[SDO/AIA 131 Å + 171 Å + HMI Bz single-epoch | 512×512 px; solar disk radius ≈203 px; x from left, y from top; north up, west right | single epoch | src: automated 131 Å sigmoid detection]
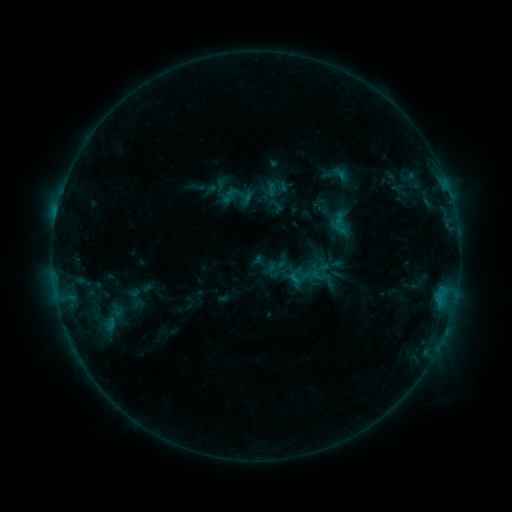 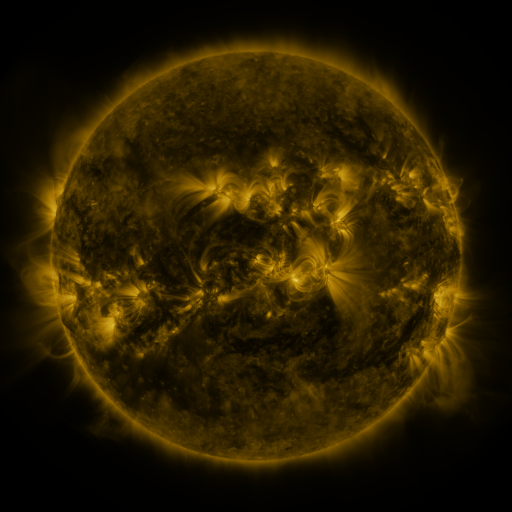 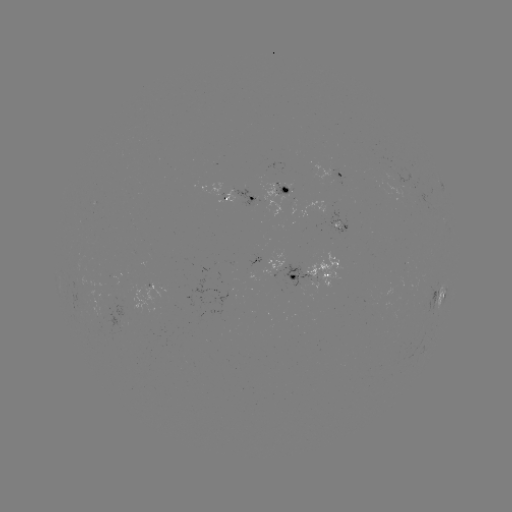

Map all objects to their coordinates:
sigmoid: (226, 184, 245, 202)
sigmoid: (299, 264, 319, 286)
sigmoid: (83, 299, 140, 338)
